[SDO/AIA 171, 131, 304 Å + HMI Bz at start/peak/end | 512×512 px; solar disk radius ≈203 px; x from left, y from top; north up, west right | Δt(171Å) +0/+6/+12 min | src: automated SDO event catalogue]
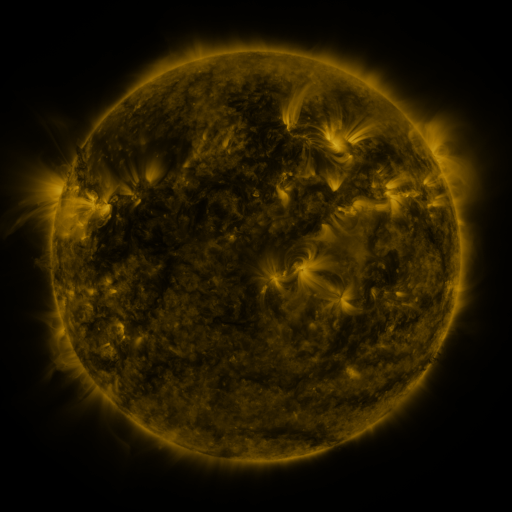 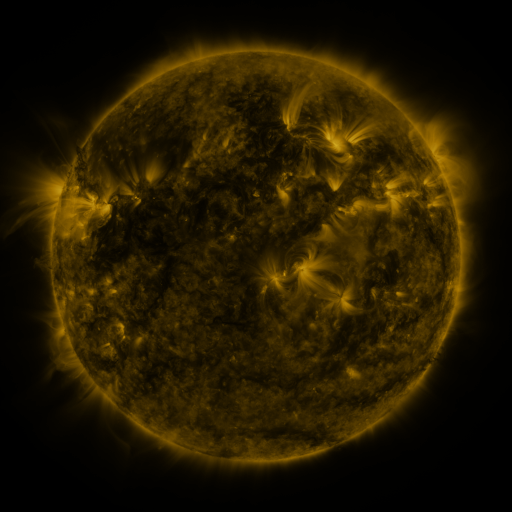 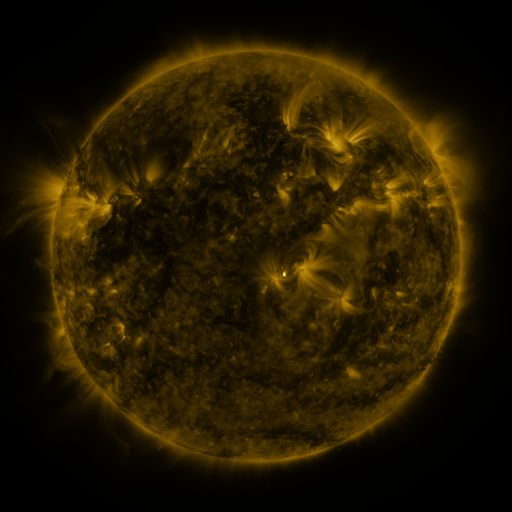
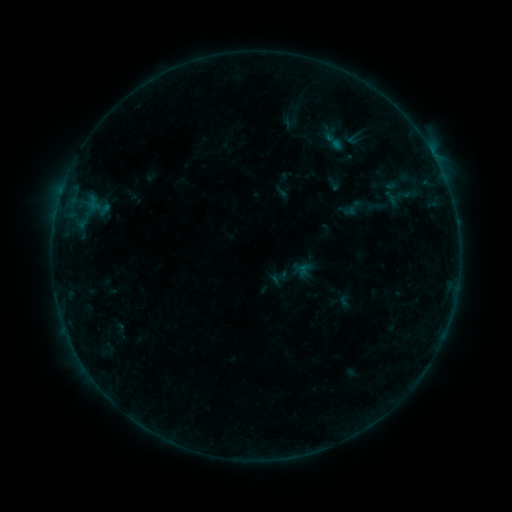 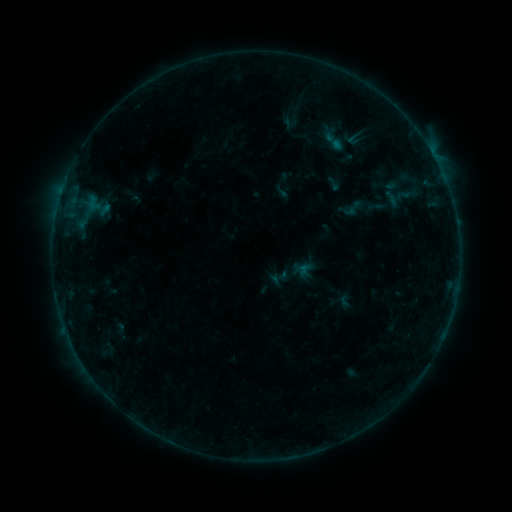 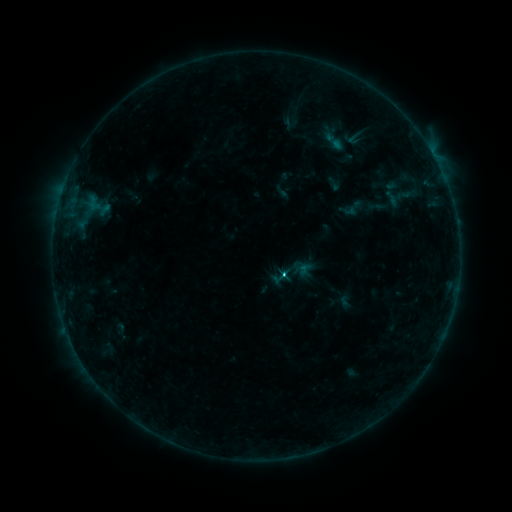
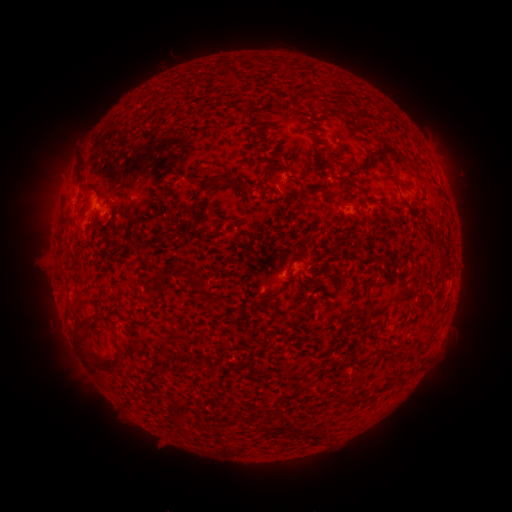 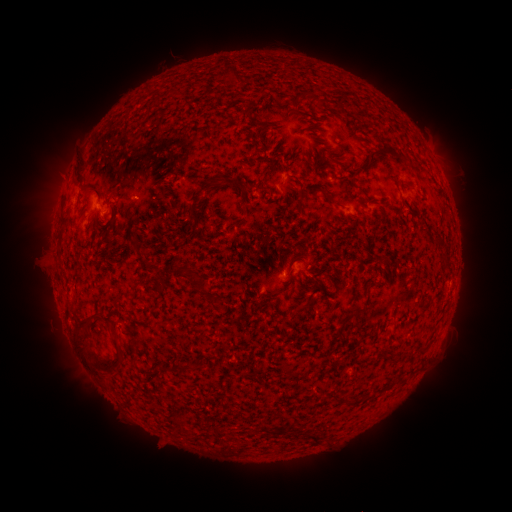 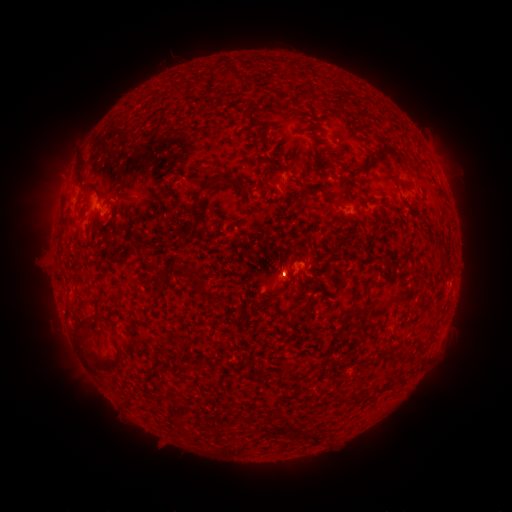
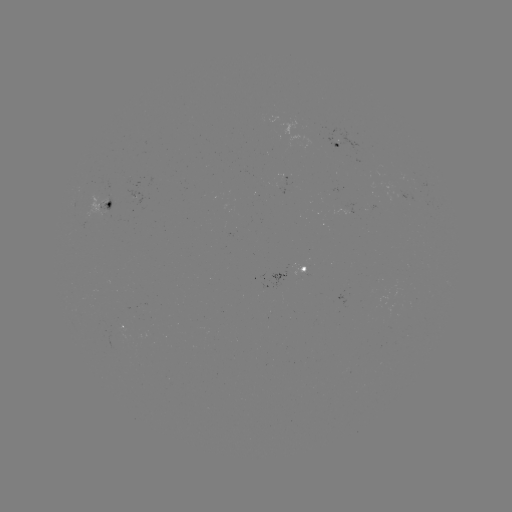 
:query C1.1 flare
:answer [280, 270]